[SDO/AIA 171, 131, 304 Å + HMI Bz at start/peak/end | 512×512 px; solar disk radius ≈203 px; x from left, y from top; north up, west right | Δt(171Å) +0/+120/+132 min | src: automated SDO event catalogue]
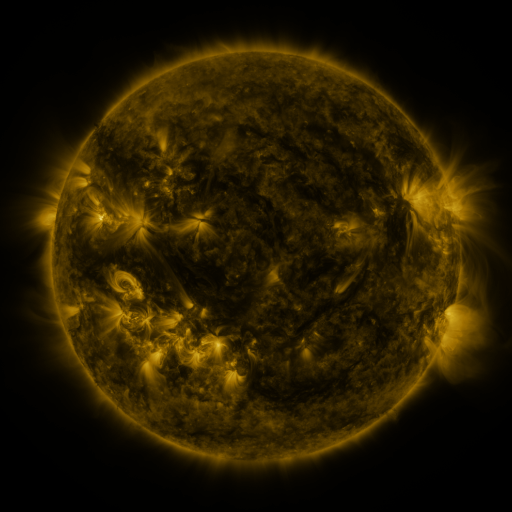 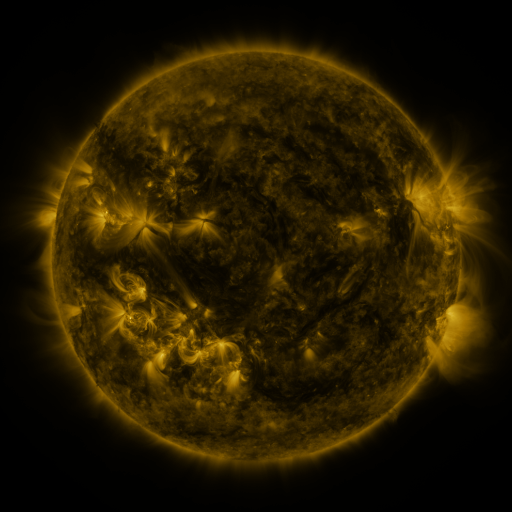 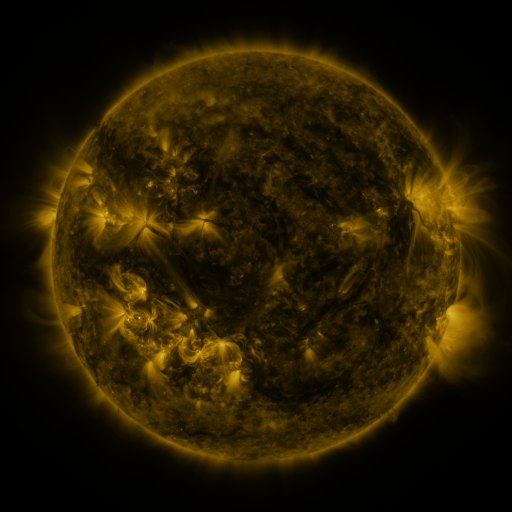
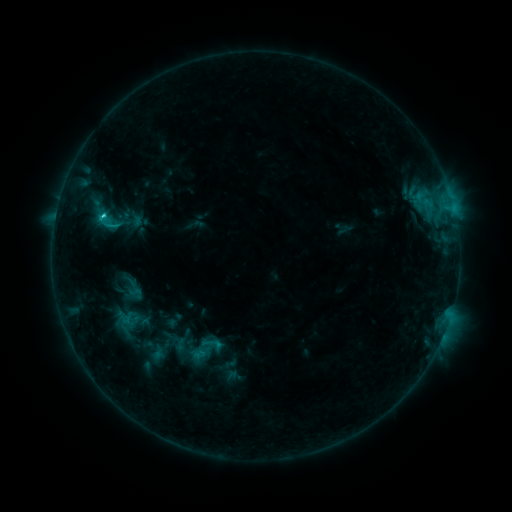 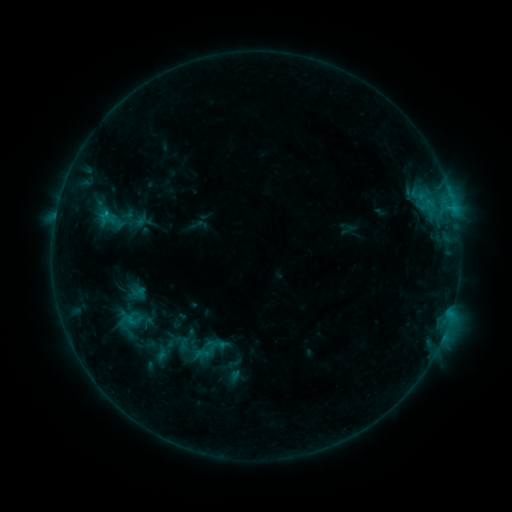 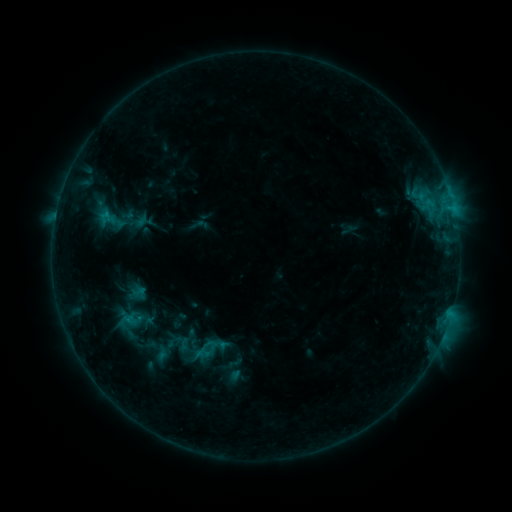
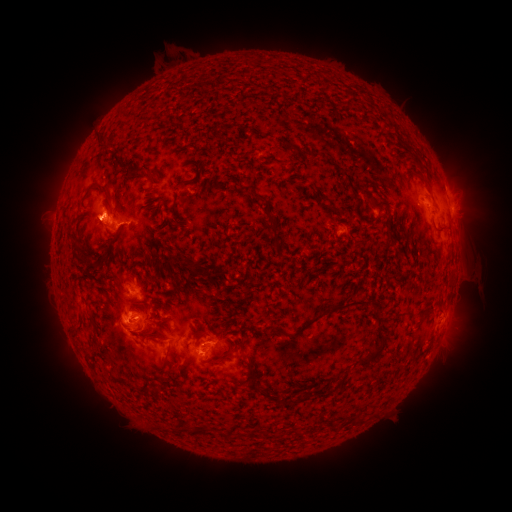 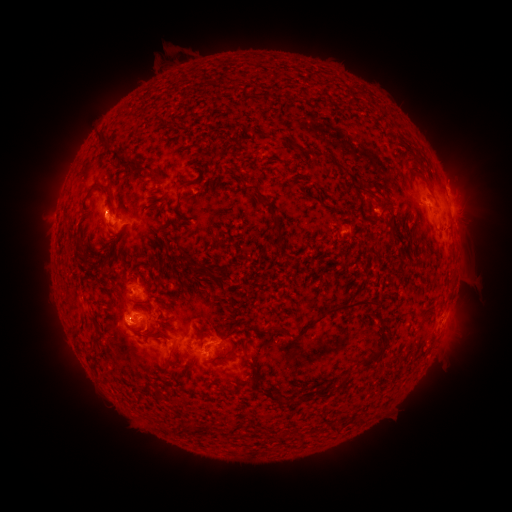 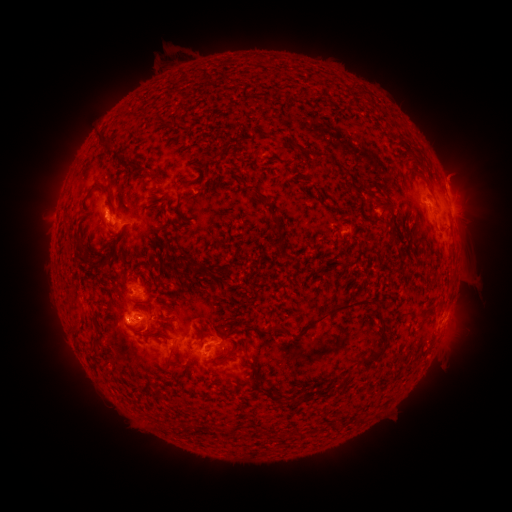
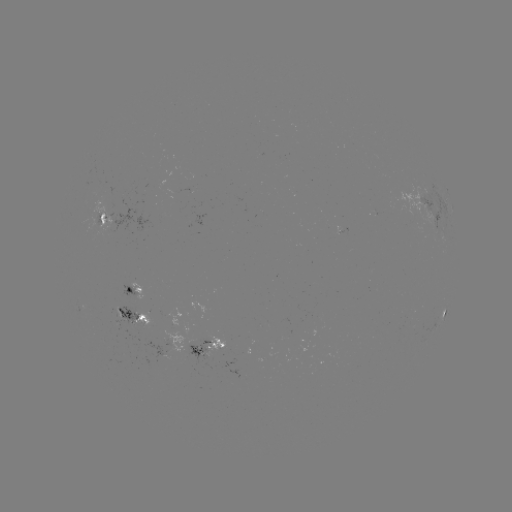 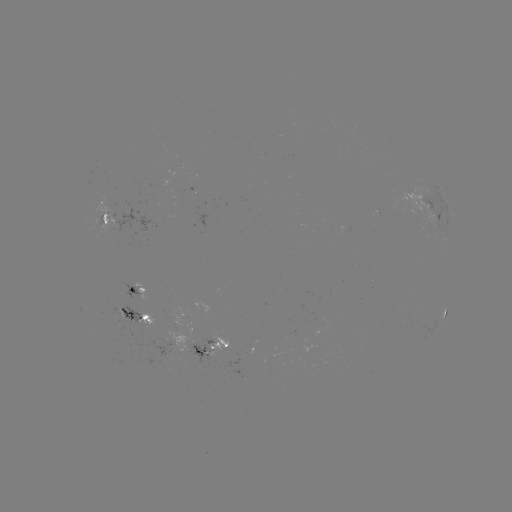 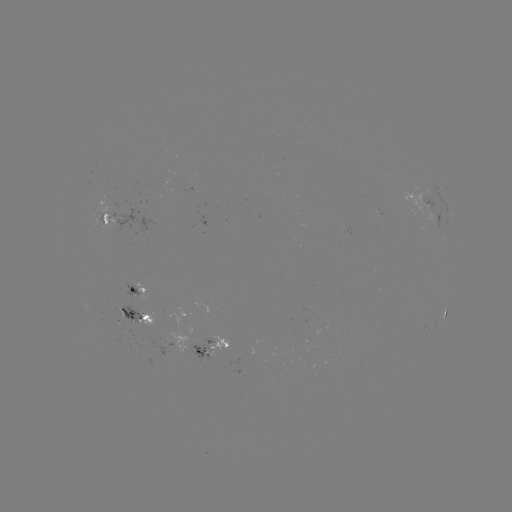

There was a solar emerging-flux region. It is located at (123, 317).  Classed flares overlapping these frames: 3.